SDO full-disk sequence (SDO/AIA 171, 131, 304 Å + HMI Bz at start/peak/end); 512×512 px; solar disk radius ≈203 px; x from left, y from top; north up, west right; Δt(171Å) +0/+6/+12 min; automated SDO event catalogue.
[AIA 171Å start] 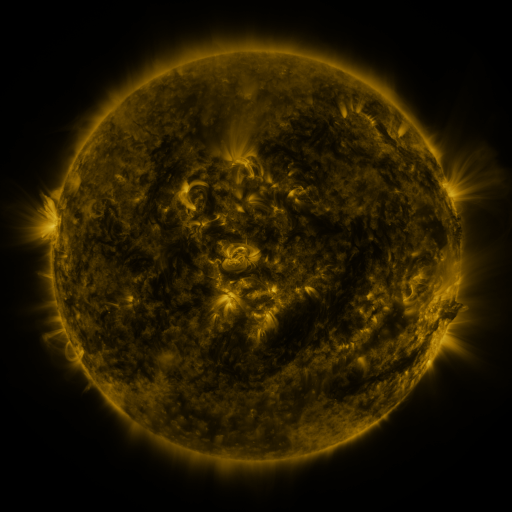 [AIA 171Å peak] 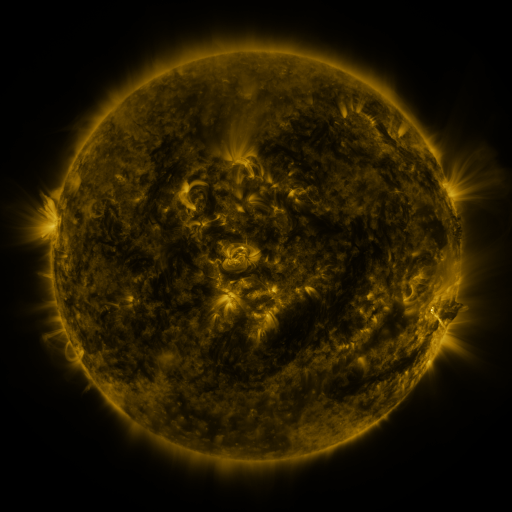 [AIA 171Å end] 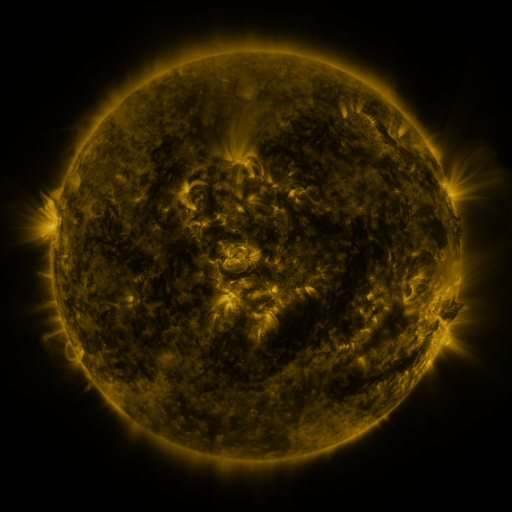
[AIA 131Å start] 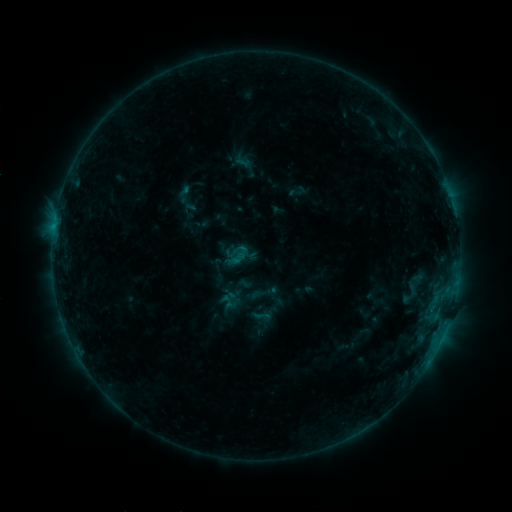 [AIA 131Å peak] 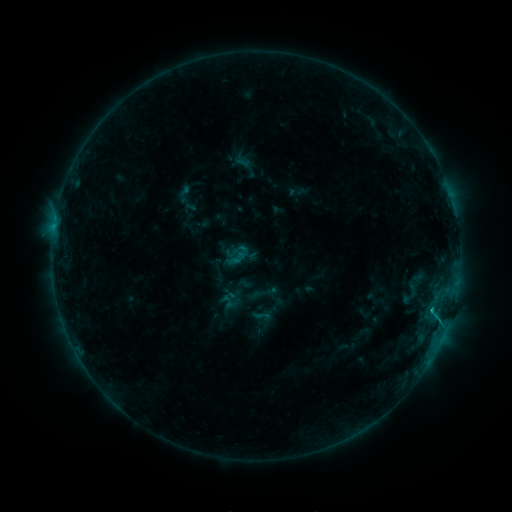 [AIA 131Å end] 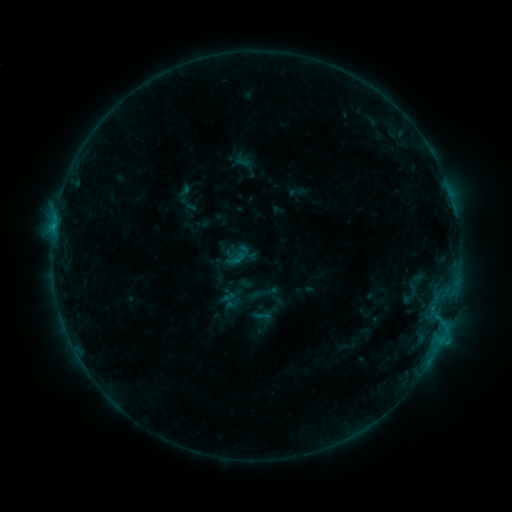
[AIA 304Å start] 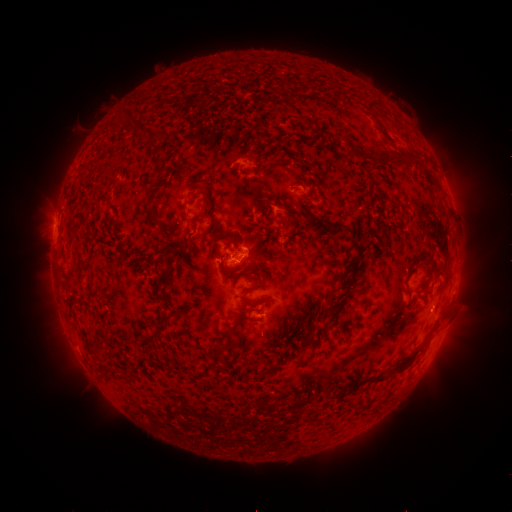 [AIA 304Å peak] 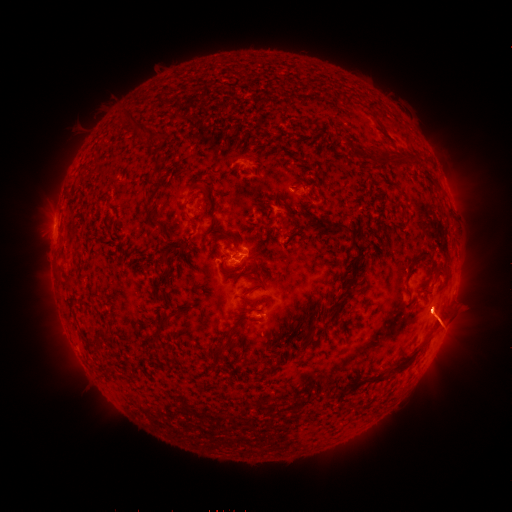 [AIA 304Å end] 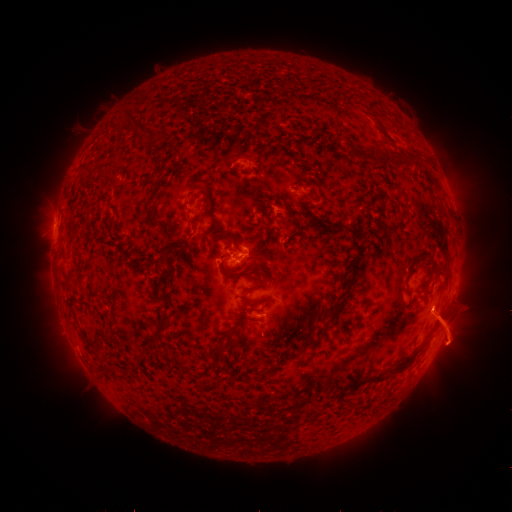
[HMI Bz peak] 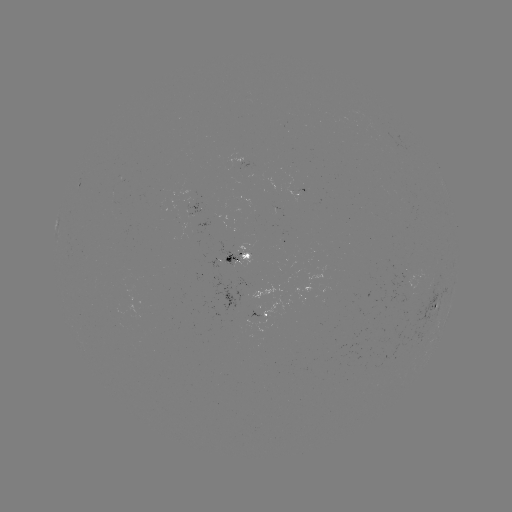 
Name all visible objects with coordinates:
C1.3 flare: (432, 308)
